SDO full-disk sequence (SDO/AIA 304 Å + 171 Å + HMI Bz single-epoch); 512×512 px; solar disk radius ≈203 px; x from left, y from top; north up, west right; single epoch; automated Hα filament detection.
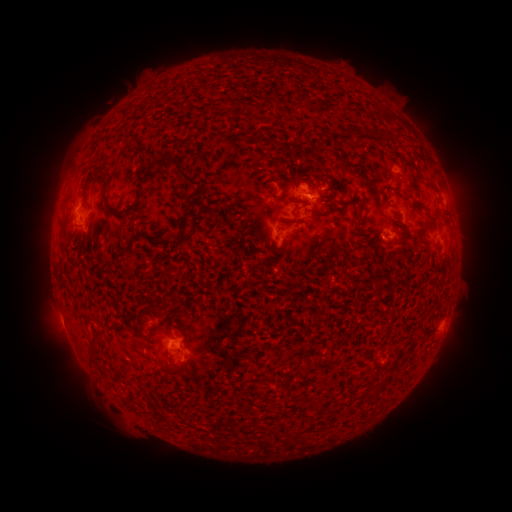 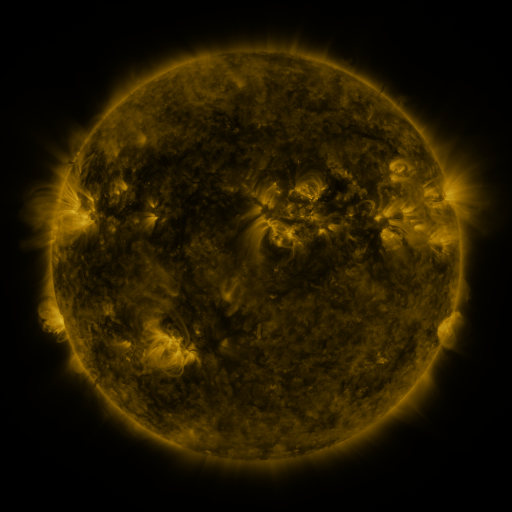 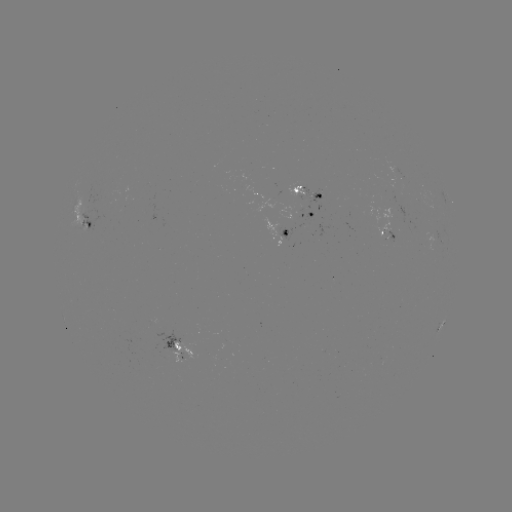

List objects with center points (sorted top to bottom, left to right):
filament: (140, 176)
filament: (195, 182)
filament: (111, 208)
filament: (398, 233)
filament: (159, 309)
filament: (94, 337)
